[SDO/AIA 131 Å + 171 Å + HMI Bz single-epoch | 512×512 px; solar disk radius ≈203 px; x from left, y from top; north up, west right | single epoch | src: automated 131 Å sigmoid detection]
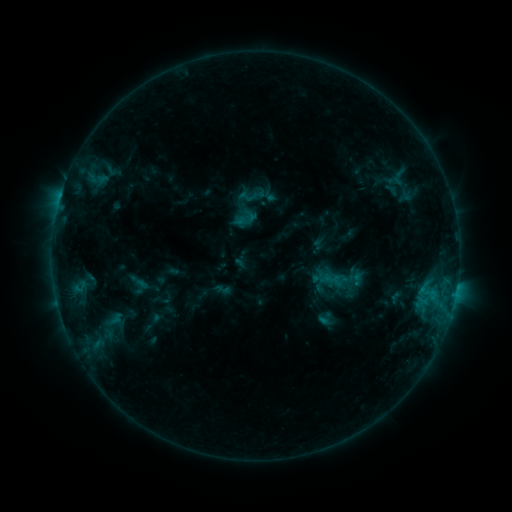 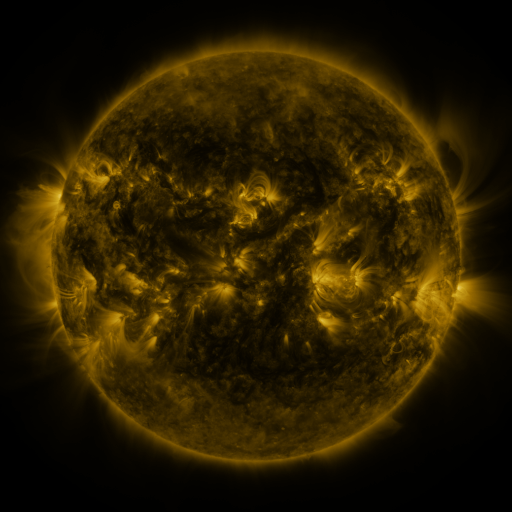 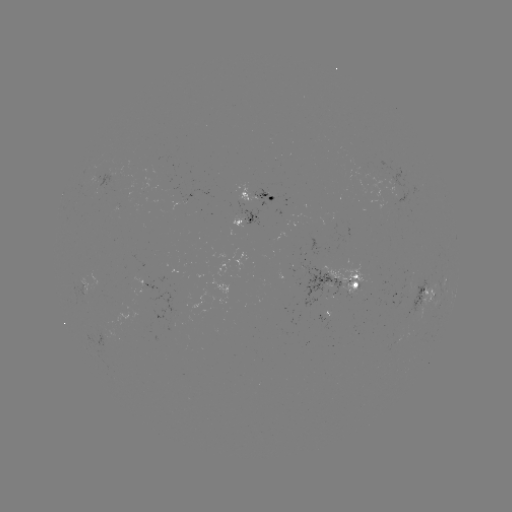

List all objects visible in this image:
sigmoid: [236, 210, 255, 229]
